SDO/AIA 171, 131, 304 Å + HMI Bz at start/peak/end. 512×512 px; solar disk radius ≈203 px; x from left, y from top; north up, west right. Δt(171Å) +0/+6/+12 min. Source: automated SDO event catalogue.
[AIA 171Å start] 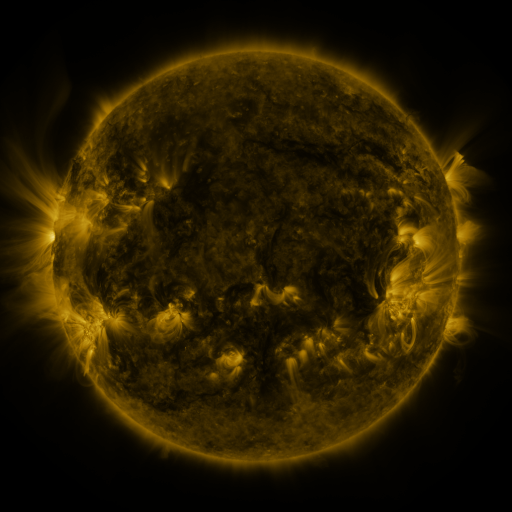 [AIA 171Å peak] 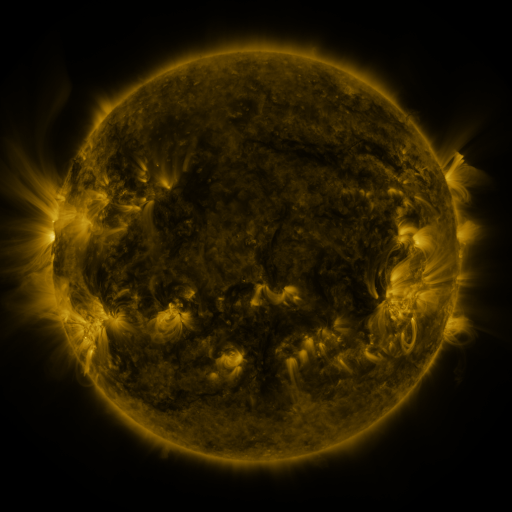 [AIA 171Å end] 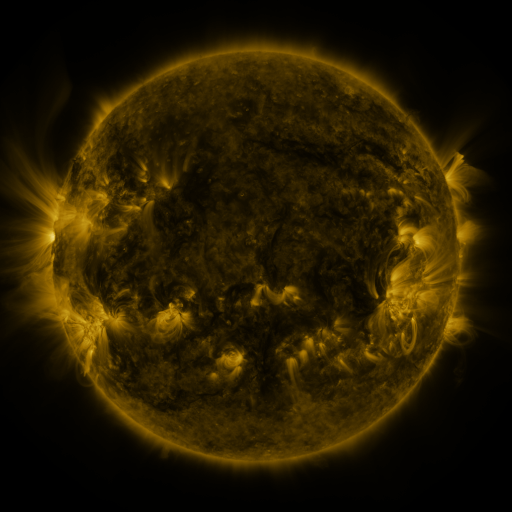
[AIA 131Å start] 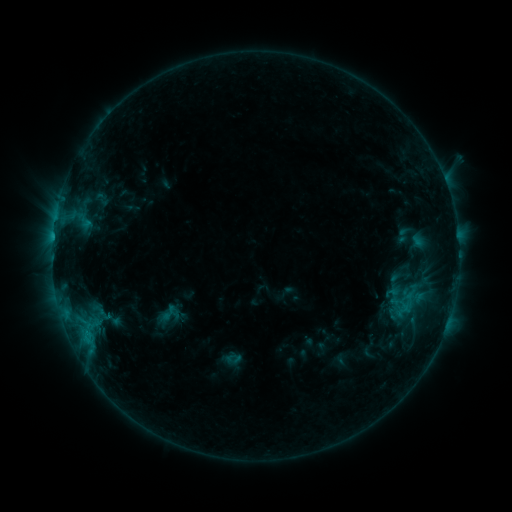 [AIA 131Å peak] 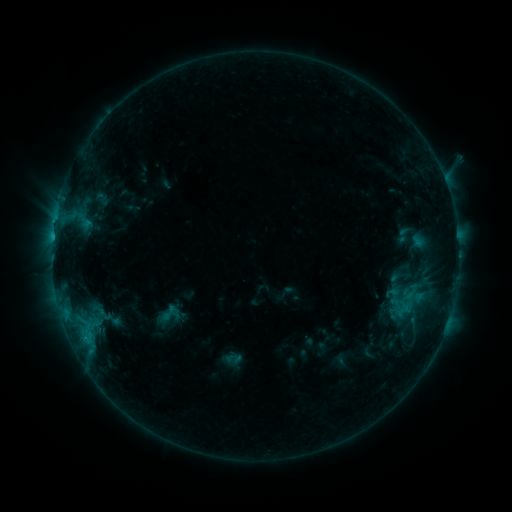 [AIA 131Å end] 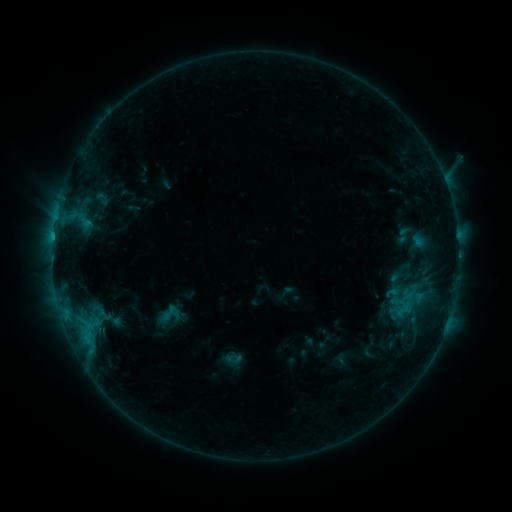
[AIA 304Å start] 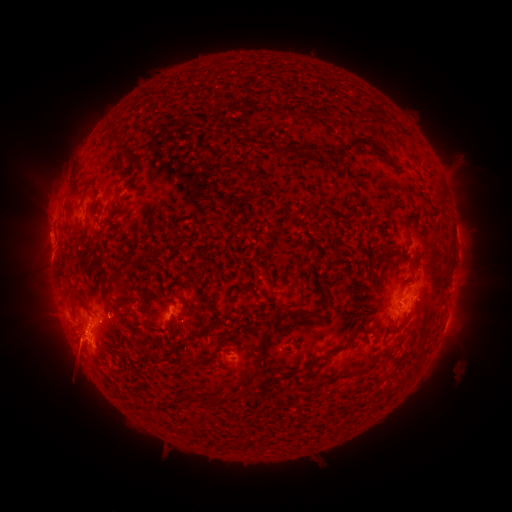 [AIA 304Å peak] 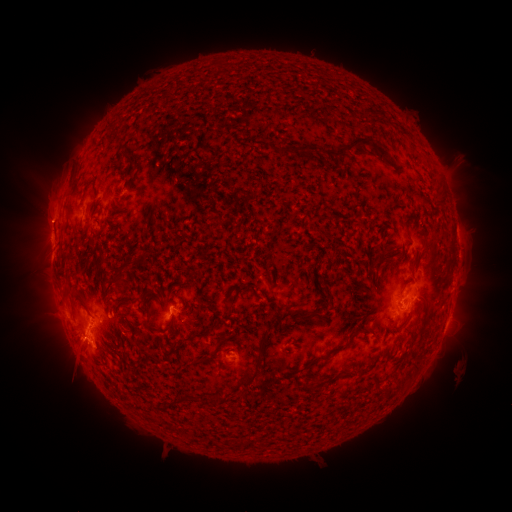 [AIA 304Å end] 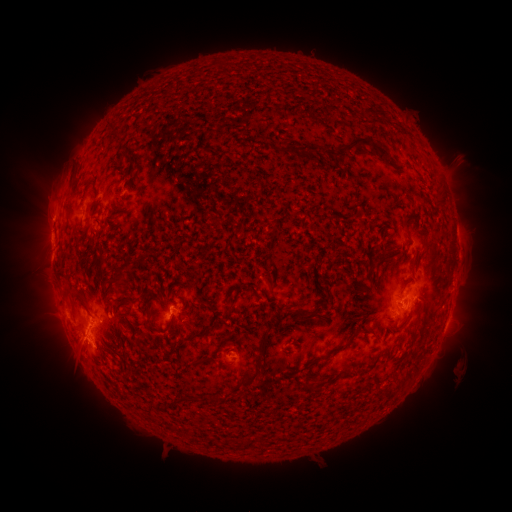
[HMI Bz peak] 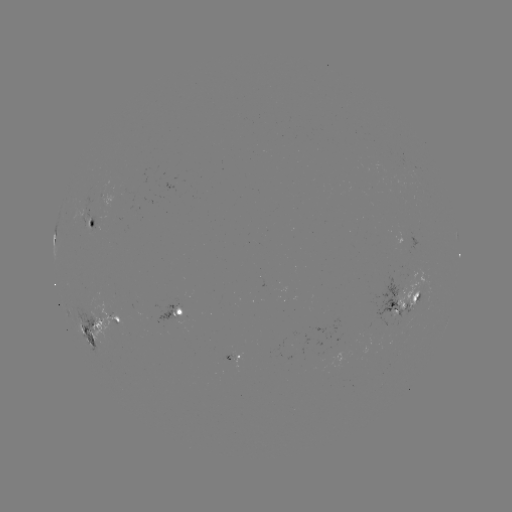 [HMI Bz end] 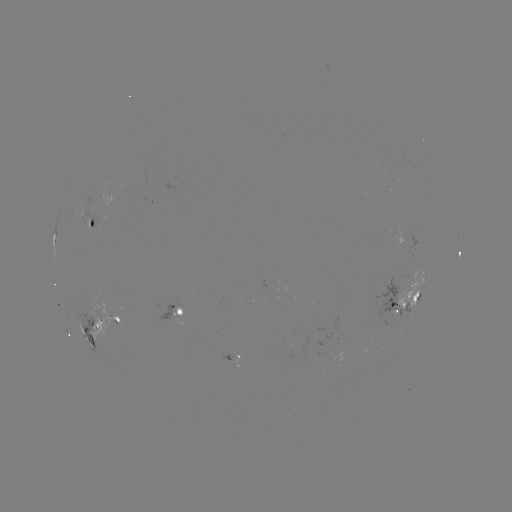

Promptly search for eruption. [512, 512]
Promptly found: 45,219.